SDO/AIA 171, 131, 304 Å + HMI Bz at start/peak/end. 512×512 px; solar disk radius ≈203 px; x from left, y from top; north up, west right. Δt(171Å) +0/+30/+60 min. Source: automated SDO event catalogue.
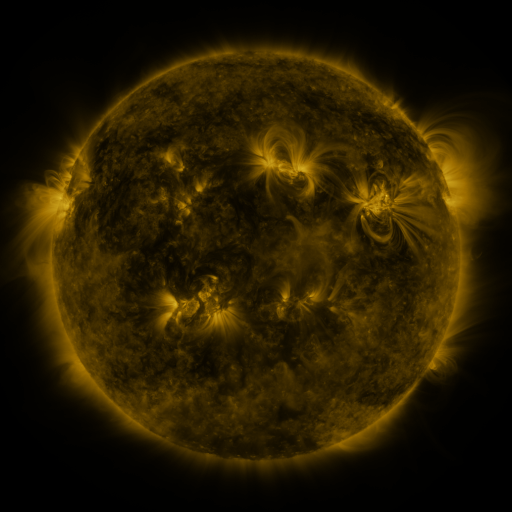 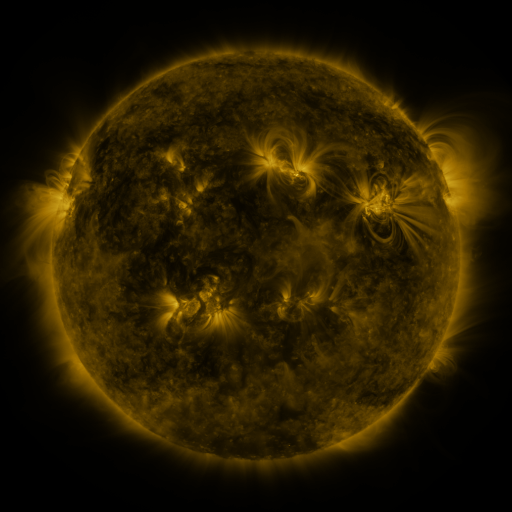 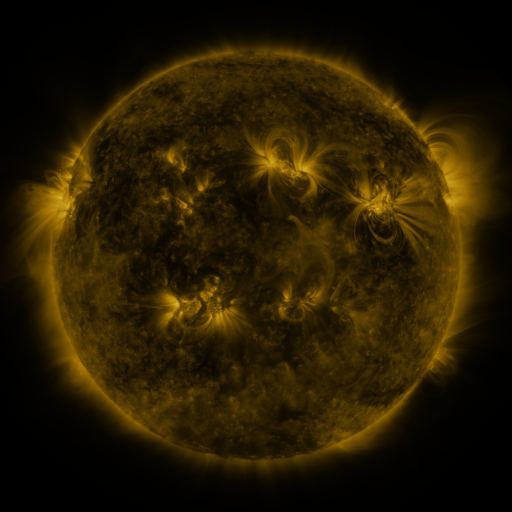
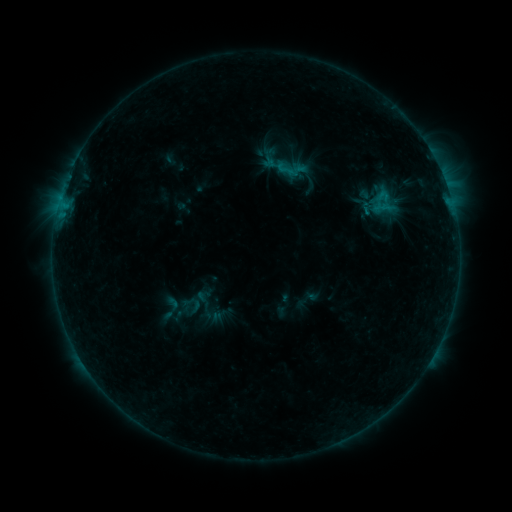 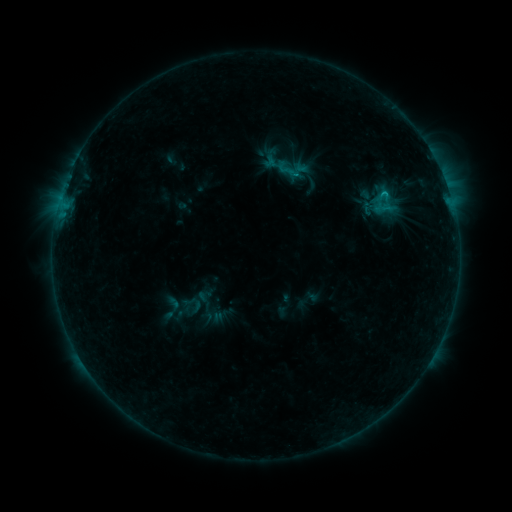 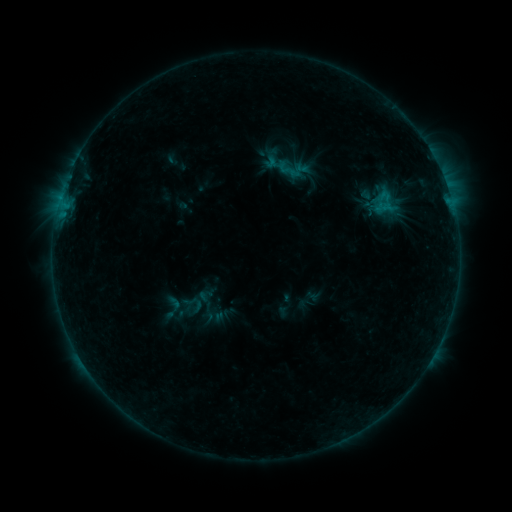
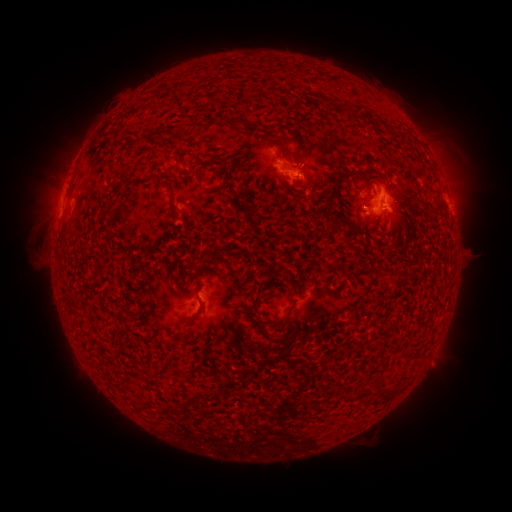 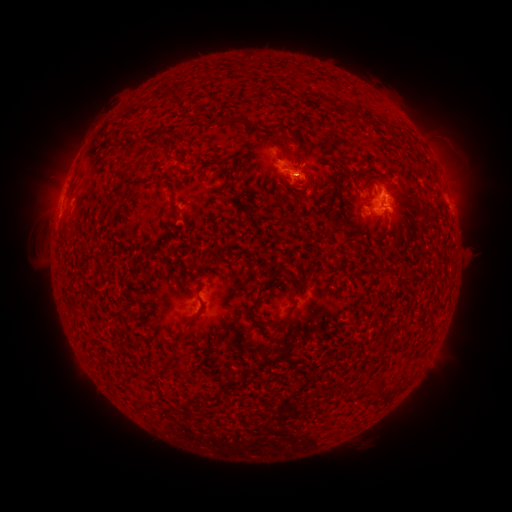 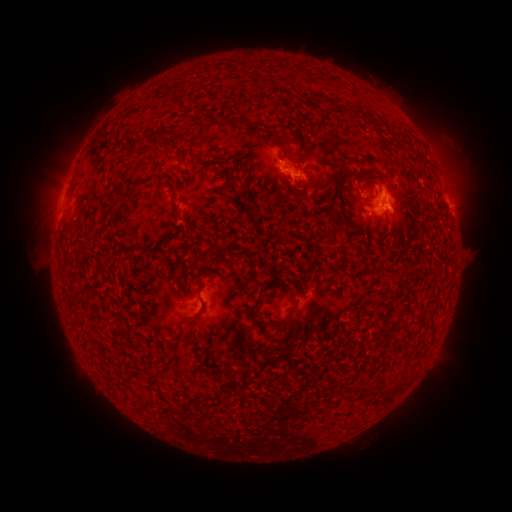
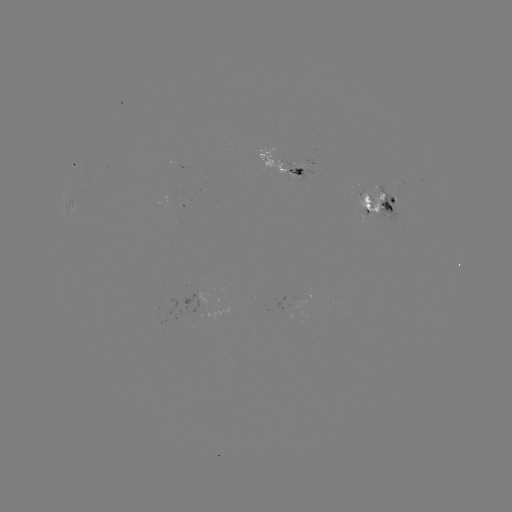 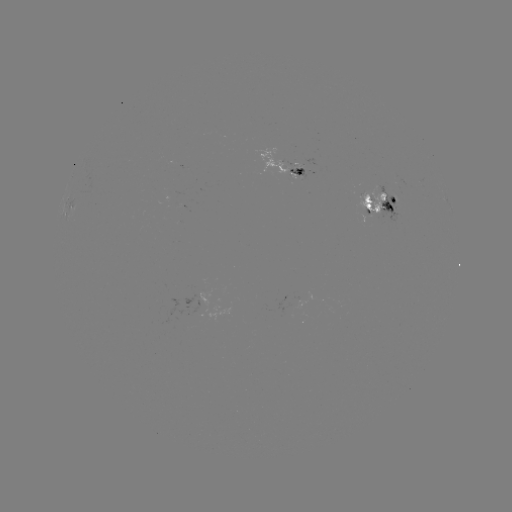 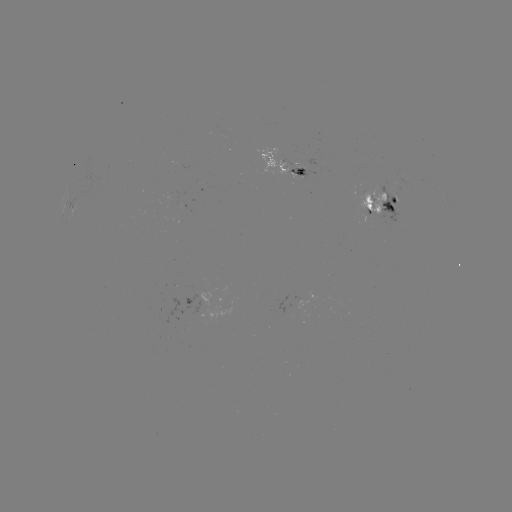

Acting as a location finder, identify emerging-flux region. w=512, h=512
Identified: [371, 207].